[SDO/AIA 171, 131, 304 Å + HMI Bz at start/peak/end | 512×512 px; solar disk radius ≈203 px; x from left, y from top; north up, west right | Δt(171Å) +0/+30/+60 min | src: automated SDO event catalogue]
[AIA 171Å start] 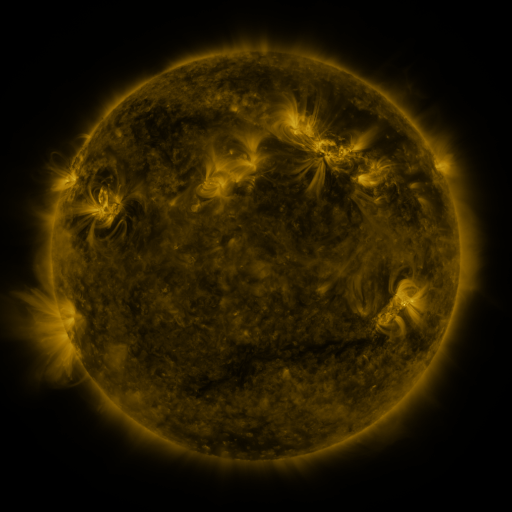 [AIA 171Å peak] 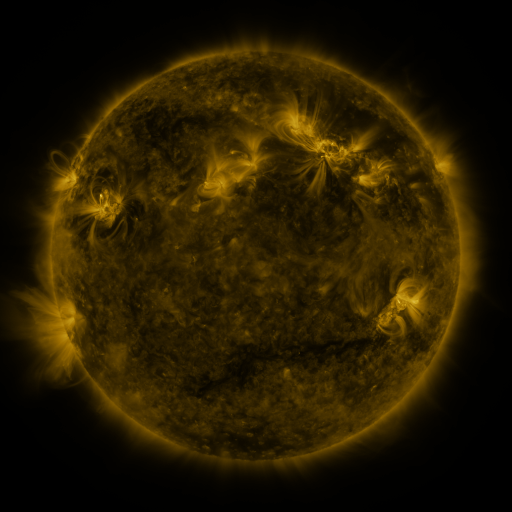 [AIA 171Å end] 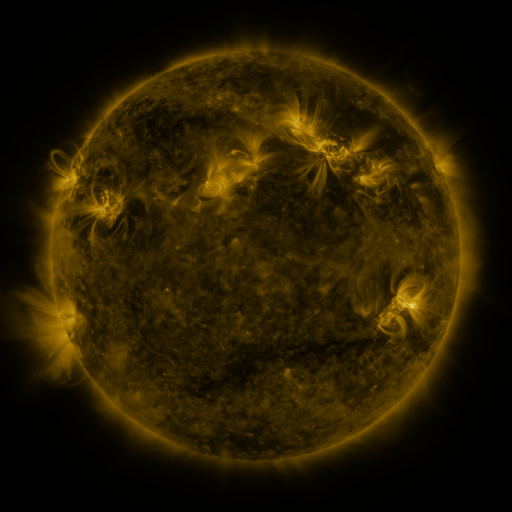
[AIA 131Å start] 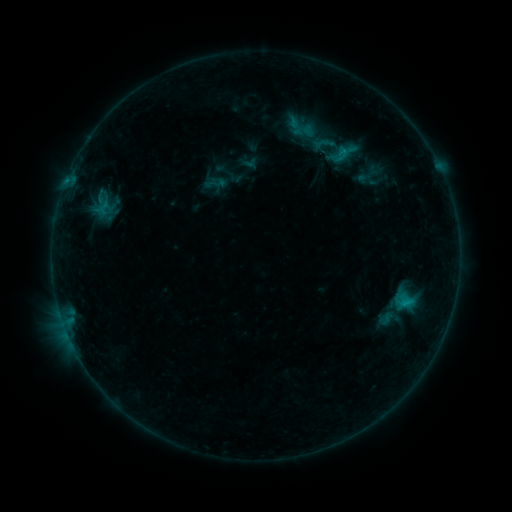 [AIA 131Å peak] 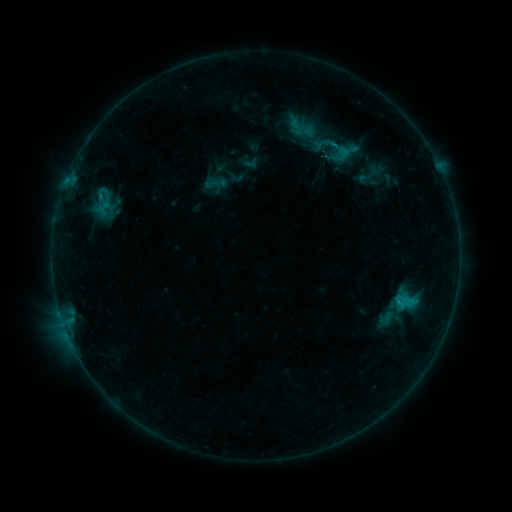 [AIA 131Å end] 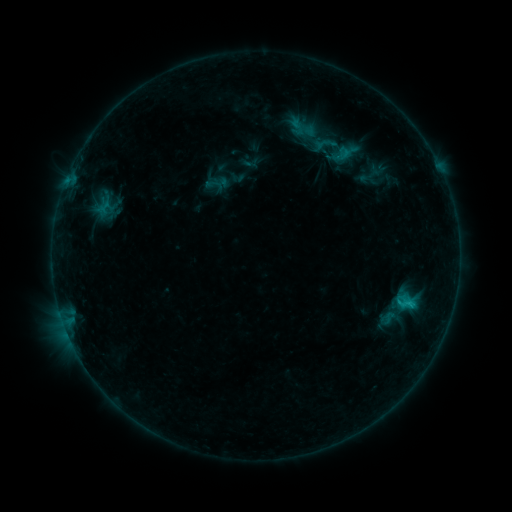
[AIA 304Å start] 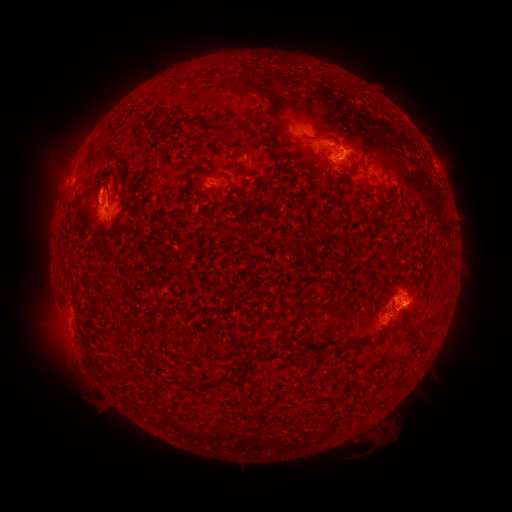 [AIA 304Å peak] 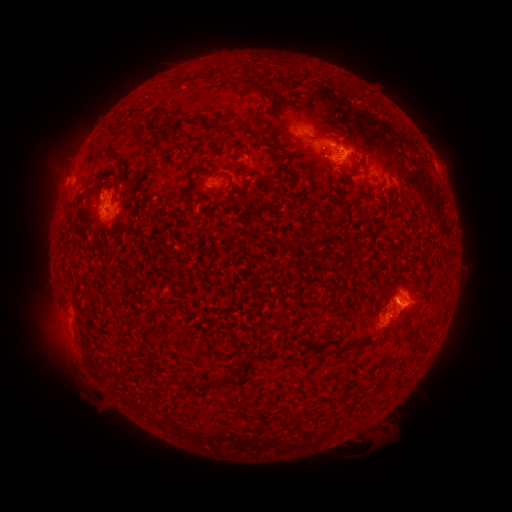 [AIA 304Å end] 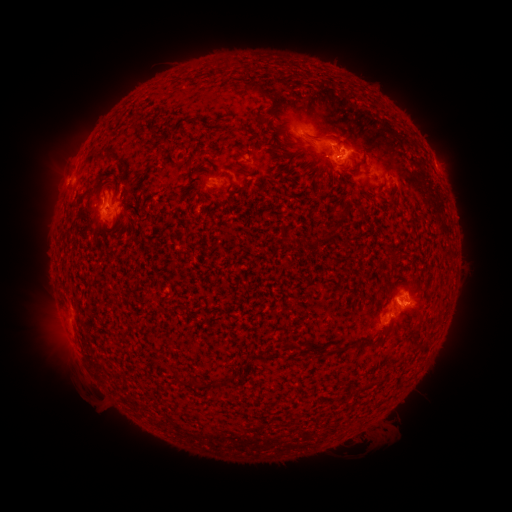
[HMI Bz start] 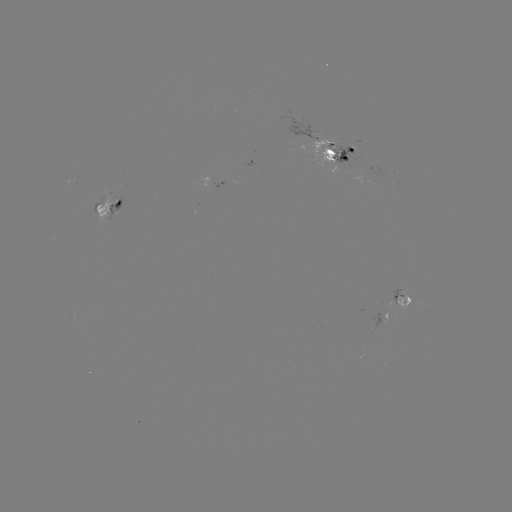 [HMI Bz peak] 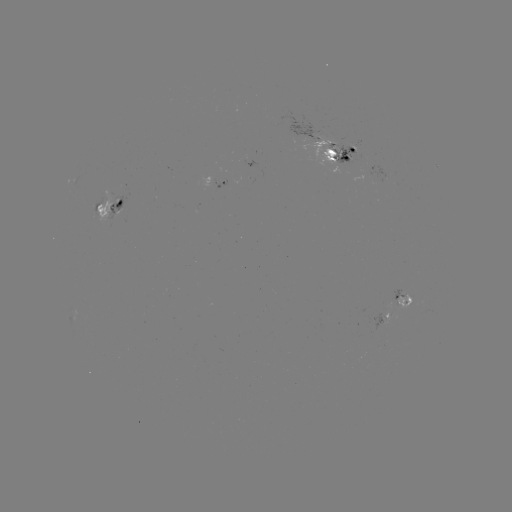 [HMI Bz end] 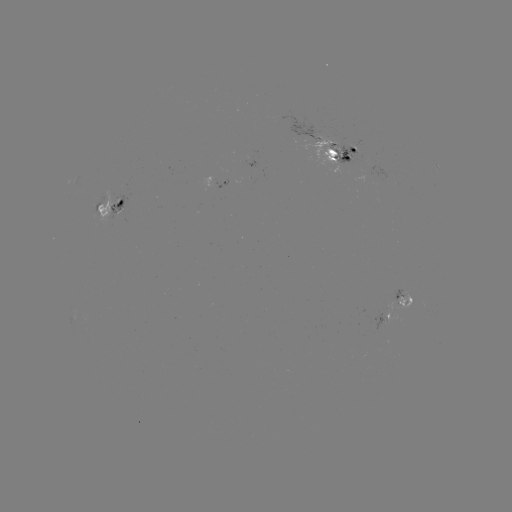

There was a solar emerging-flux region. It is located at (114, 202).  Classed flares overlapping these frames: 2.